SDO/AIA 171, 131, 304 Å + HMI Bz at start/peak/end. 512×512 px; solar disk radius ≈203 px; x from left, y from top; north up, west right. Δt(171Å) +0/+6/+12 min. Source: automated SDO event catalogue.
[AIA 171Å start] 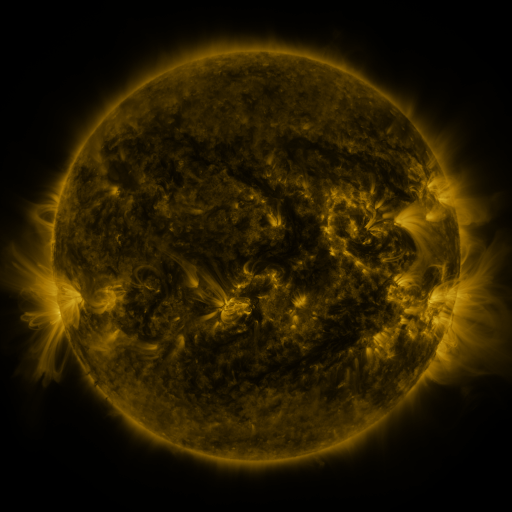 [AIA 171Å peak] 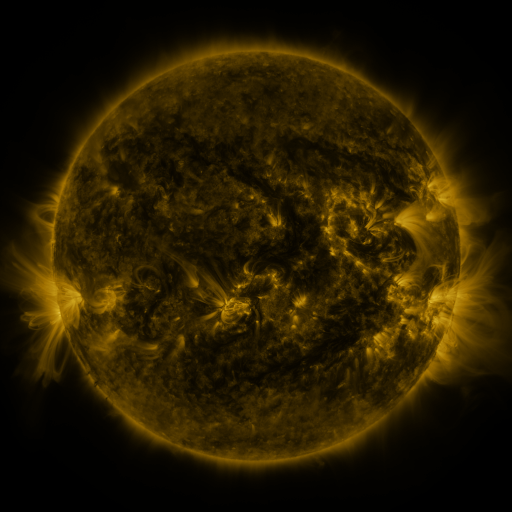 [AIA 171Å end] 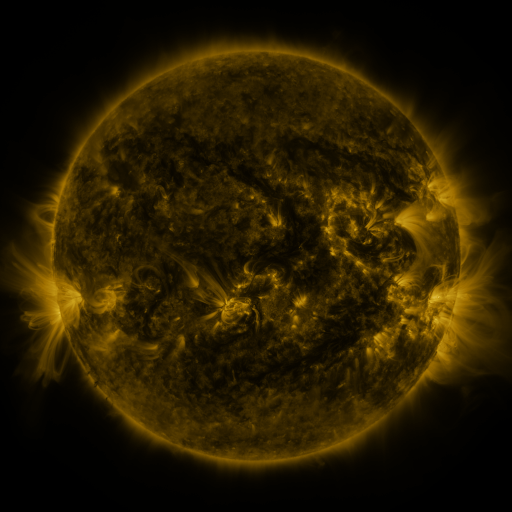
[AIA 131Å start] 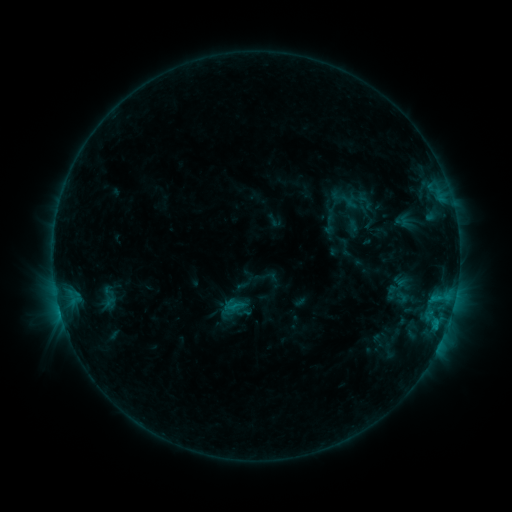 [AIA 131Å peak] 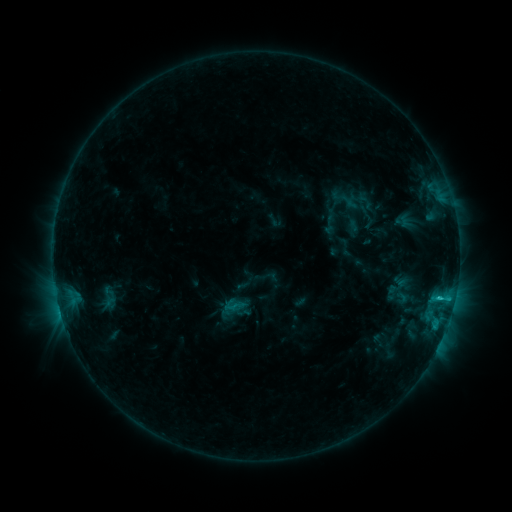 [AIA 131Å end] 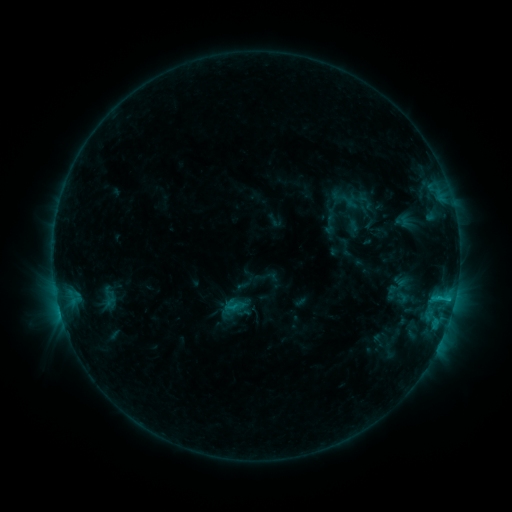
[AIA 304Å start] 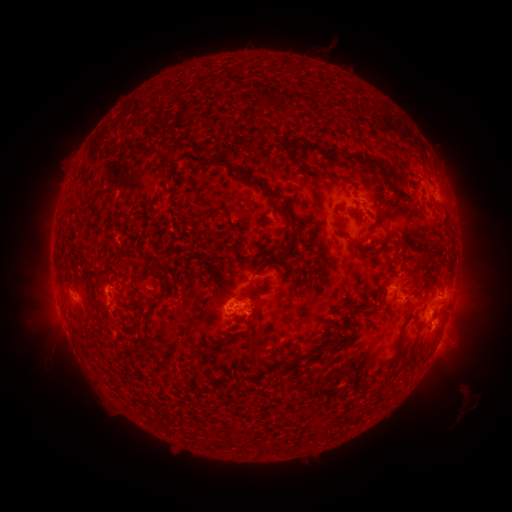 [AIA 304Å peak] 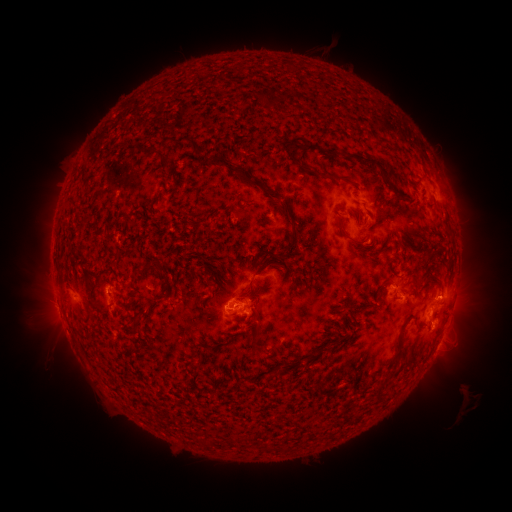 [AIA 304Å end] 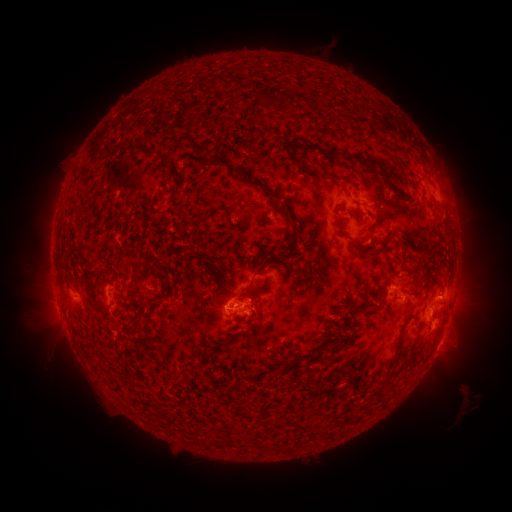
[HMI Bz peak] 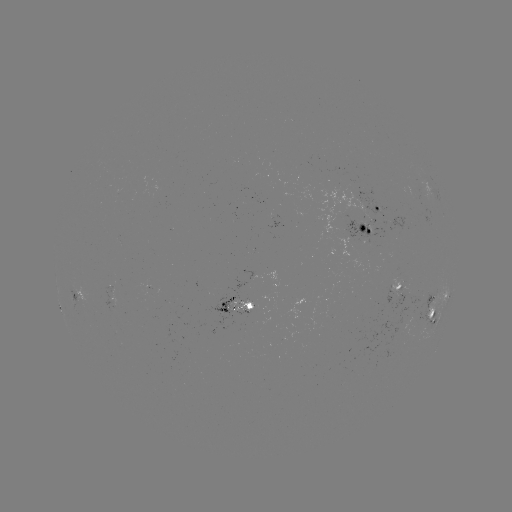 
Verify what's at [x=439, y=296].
C1.5 flare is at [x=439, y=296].